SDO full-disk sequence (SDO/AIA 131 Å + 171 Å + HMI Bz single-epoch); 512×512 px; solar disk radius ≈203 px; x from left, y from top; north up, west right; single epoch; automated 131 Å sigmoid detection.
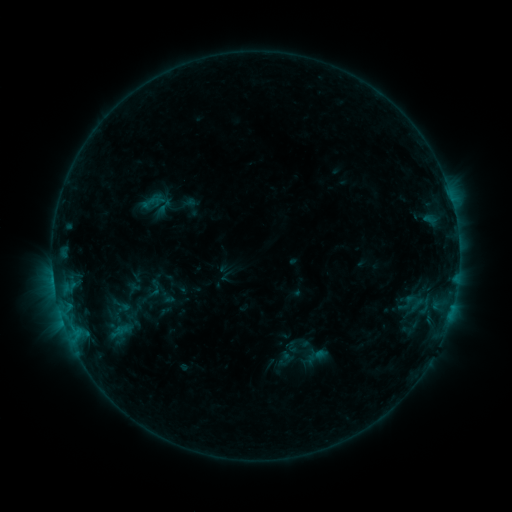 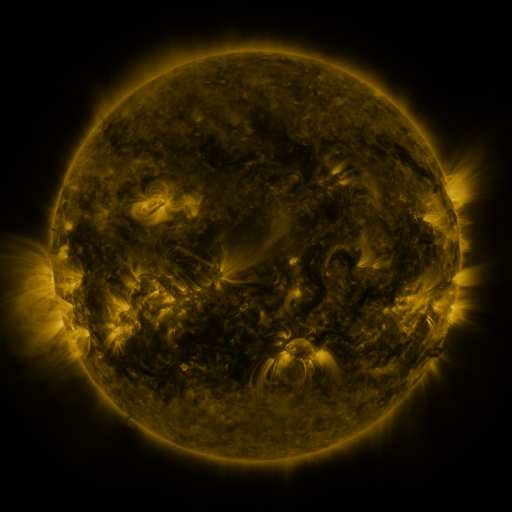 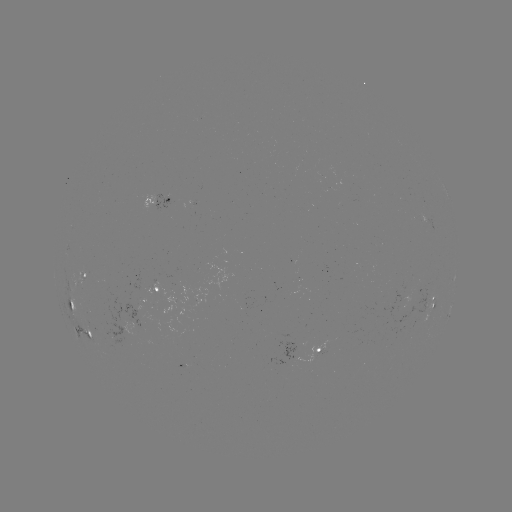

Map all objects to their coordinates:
sigmoid: (148, 203)
sigmoid: (304, 355)
